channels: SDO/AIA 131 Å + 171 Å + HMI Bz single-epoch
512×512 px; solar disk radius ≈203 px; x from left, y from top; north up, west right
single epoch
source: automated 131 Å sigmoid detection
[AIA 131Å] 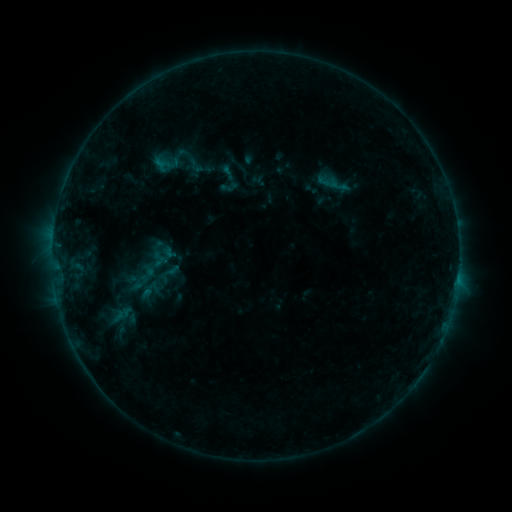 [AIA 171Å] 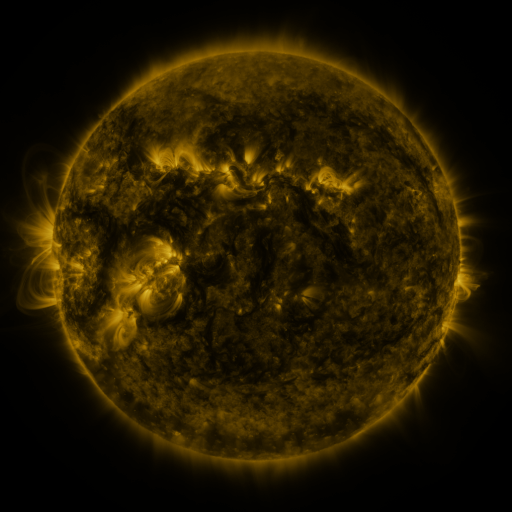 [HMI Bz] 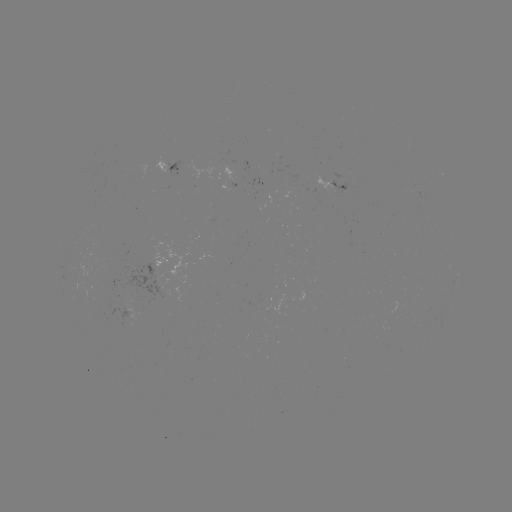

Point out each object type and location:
sigmoid: (230, 186)
sigmoid: (169, 274)
